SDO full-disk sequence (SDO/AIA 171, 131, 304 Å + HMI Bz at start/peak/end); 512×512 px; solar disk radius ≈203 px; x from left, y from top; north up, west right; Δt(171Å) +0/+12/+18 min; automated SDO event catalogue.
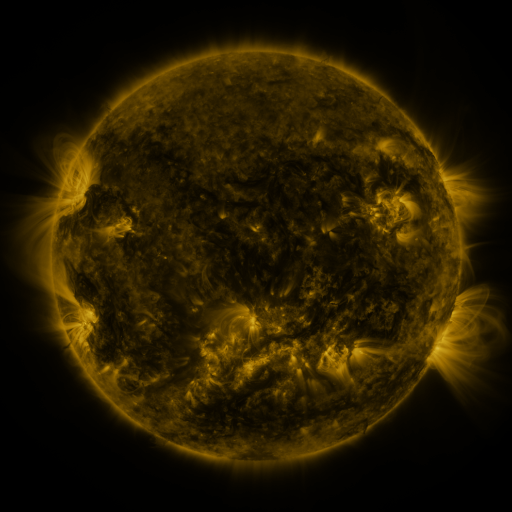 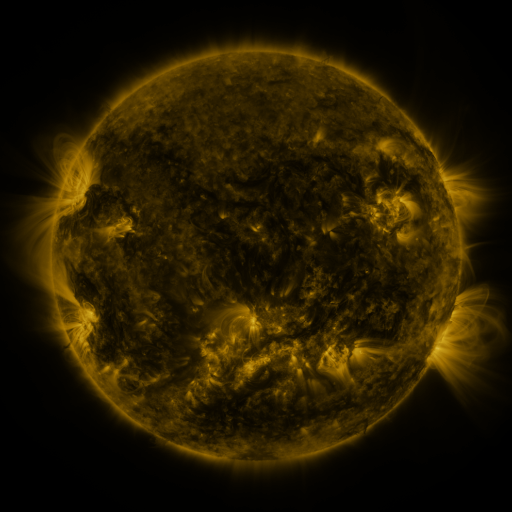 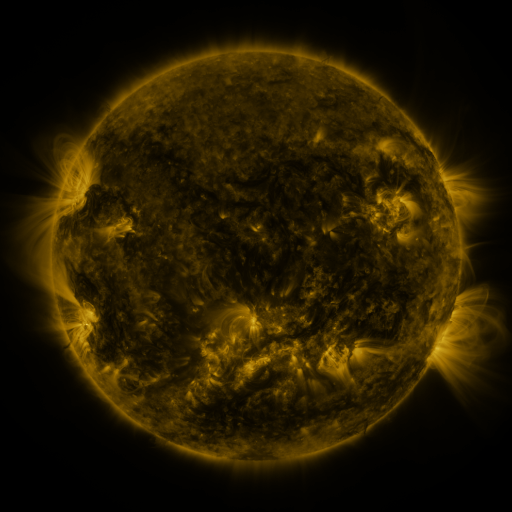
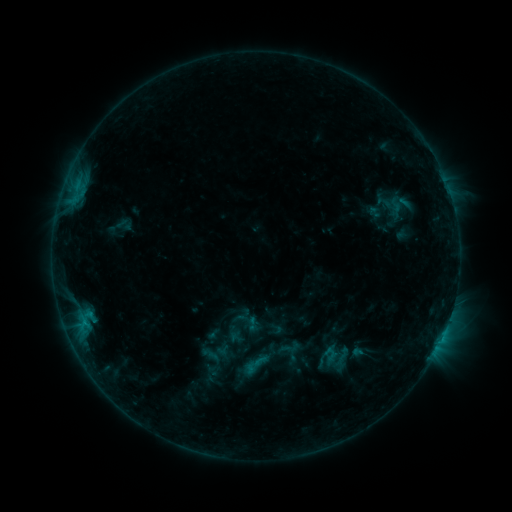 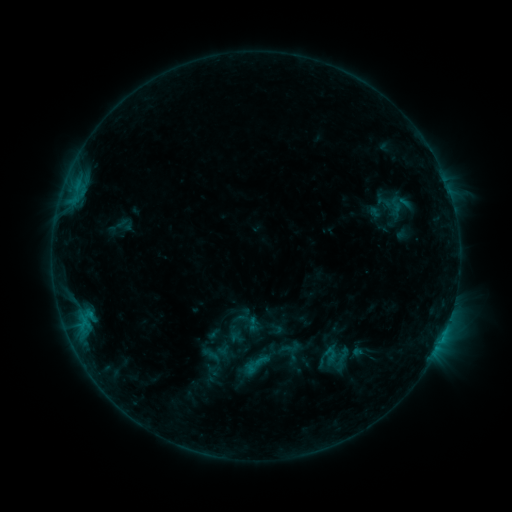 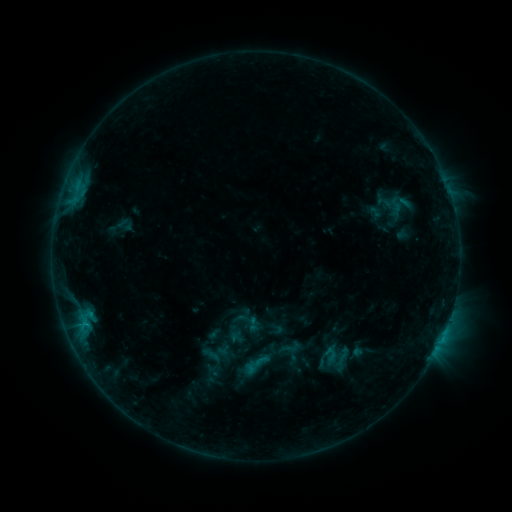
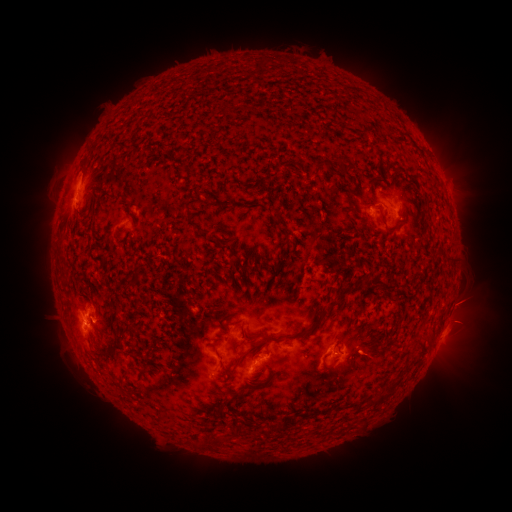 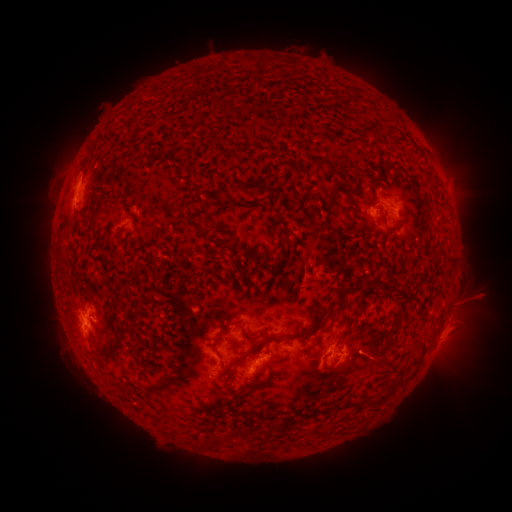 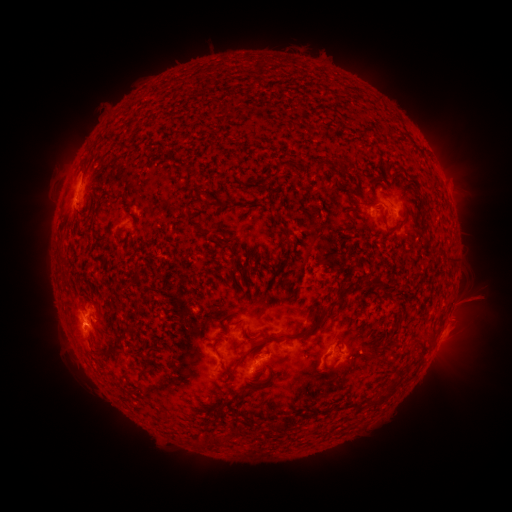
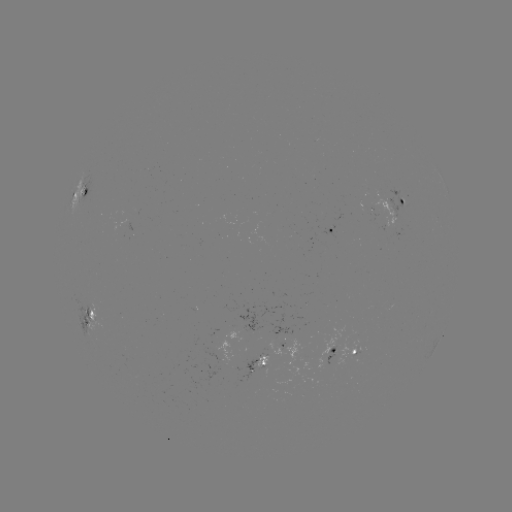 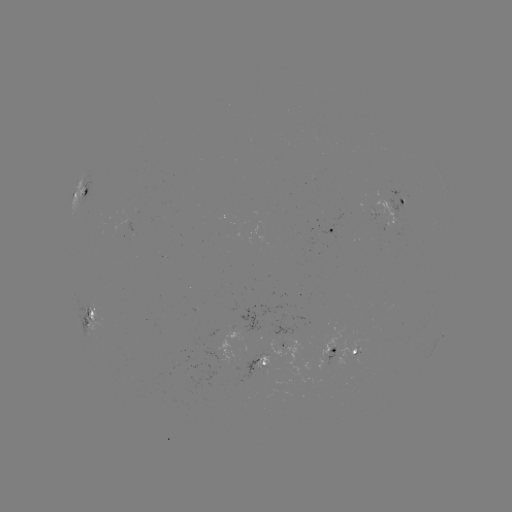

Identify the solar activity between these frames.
eruption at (482, 299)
